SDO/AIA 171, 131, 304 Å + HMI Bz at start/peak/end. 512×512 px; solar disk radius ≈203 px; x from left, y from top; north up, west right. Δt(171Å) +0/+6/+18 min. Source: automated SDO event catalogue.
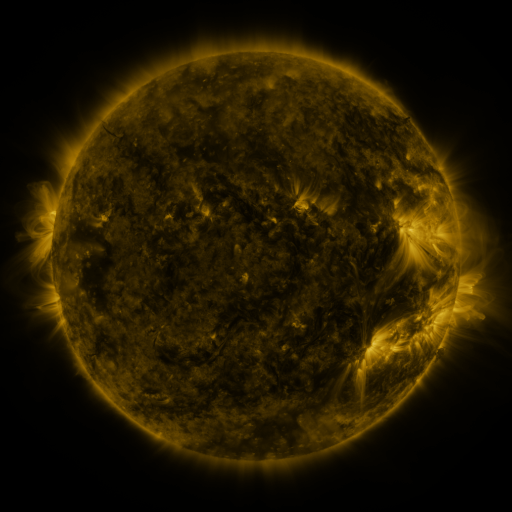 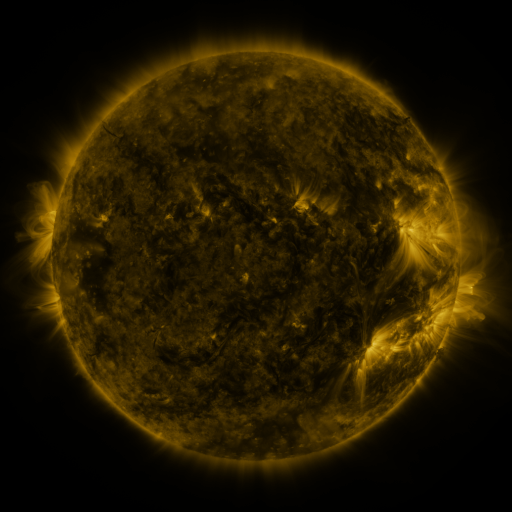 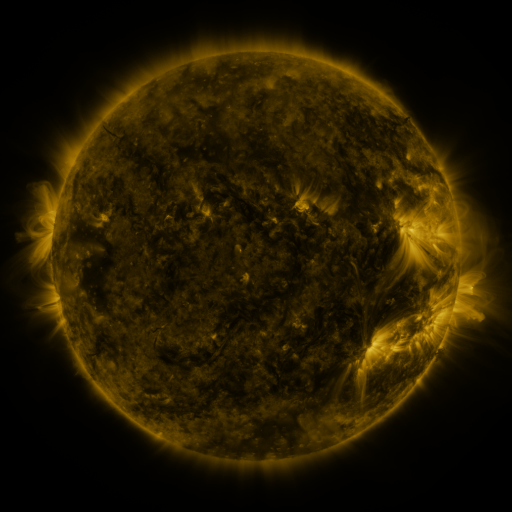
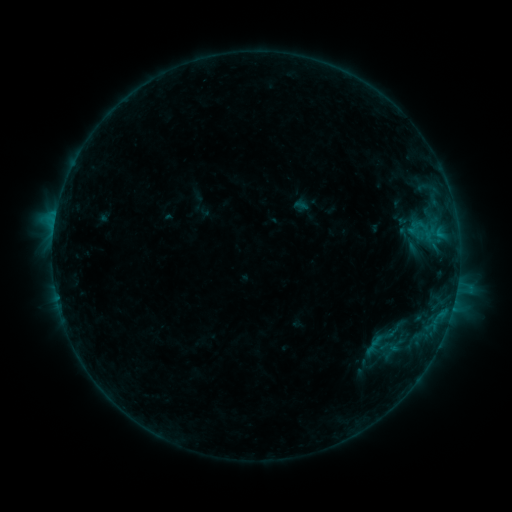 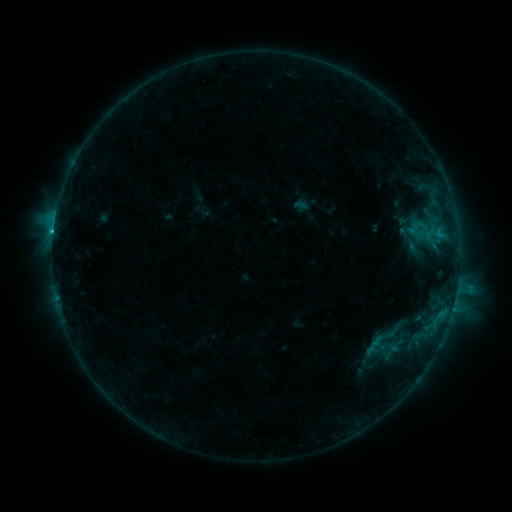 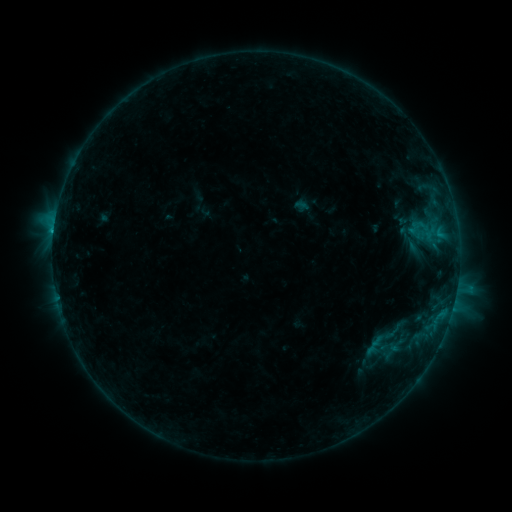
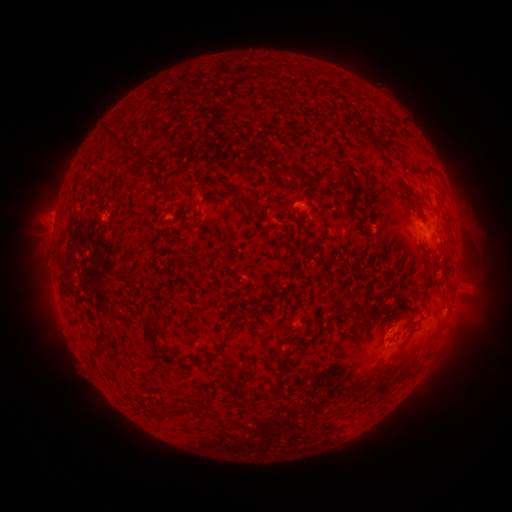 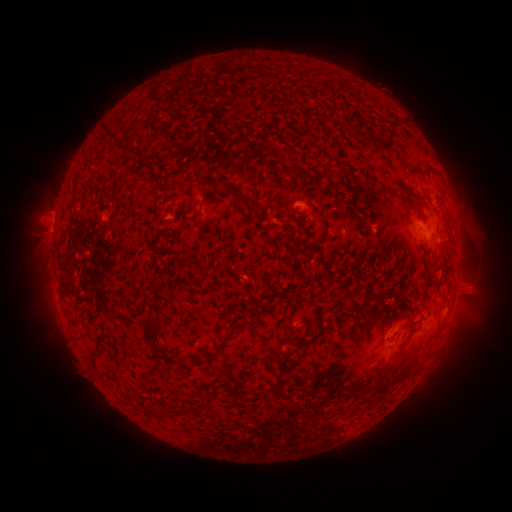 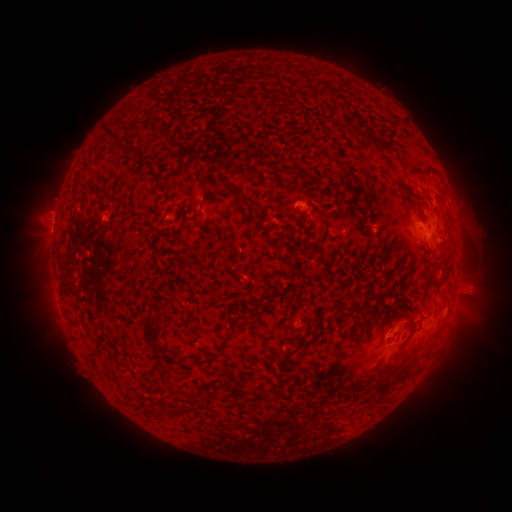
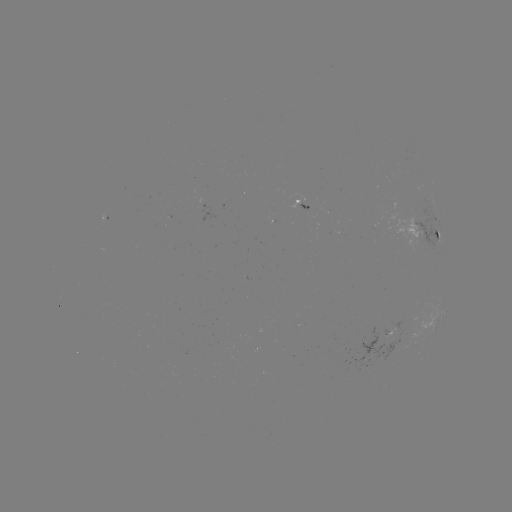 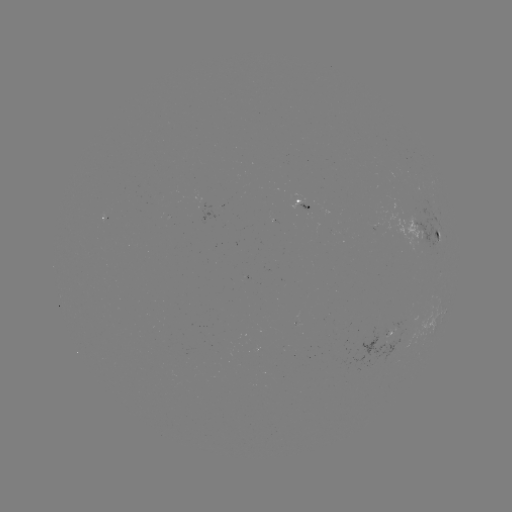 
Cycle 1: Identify C1.4 flare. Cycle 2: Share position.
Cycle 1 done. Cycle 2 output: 55,237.